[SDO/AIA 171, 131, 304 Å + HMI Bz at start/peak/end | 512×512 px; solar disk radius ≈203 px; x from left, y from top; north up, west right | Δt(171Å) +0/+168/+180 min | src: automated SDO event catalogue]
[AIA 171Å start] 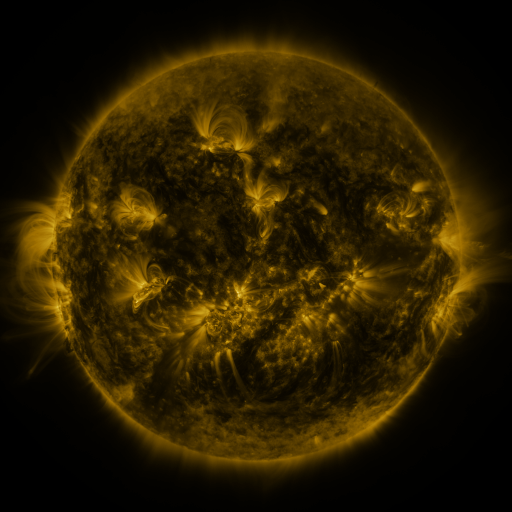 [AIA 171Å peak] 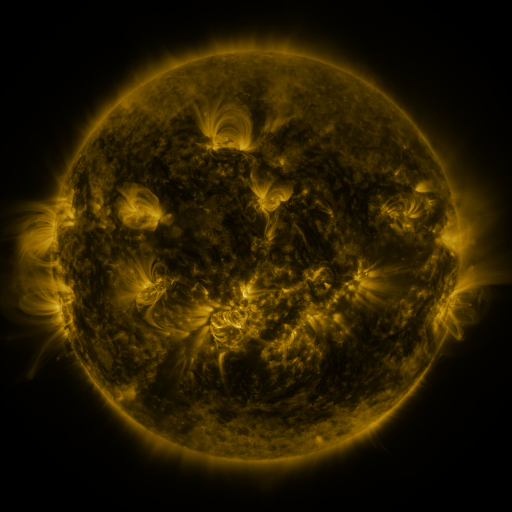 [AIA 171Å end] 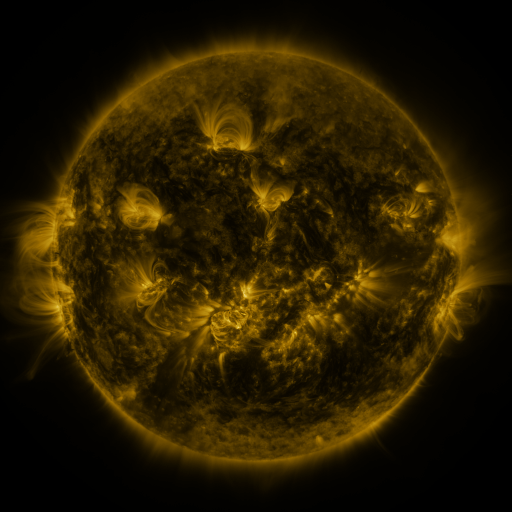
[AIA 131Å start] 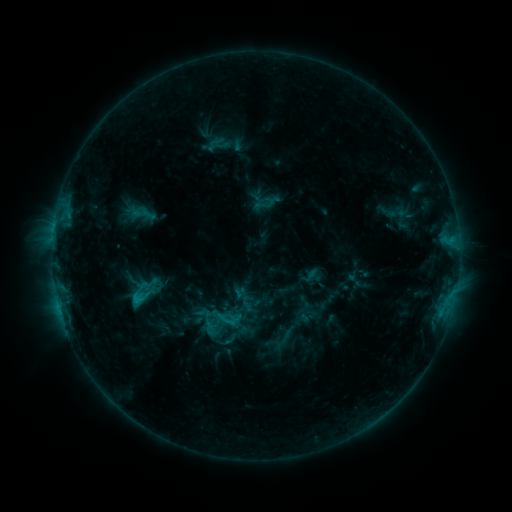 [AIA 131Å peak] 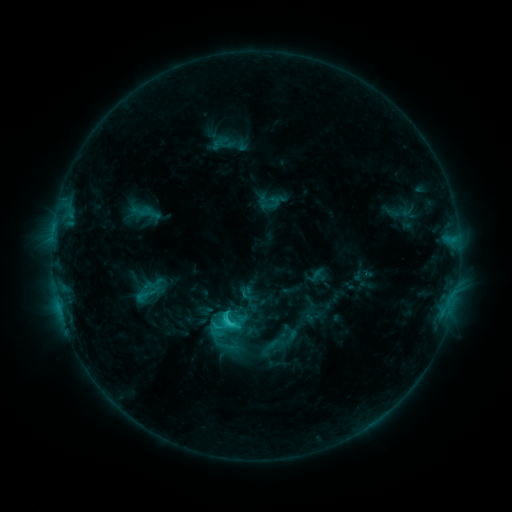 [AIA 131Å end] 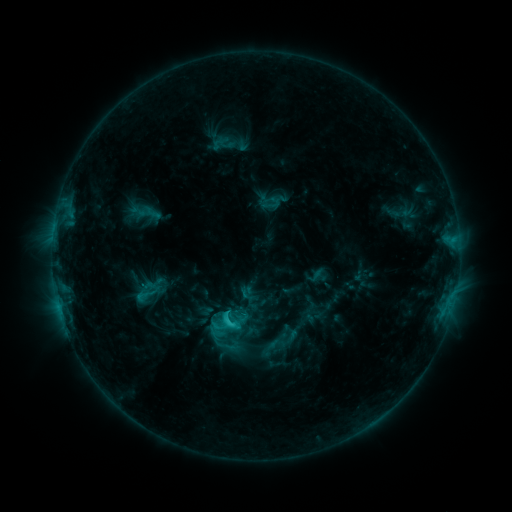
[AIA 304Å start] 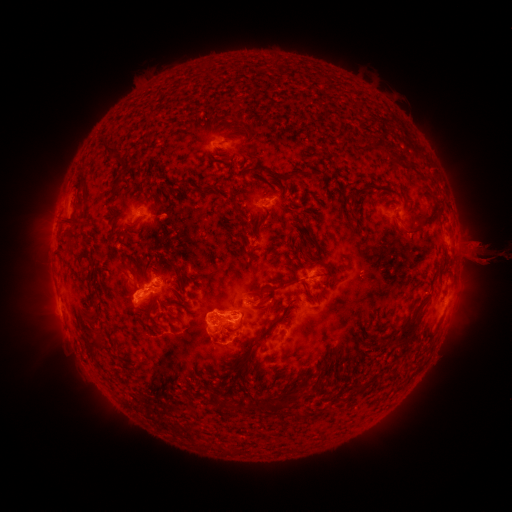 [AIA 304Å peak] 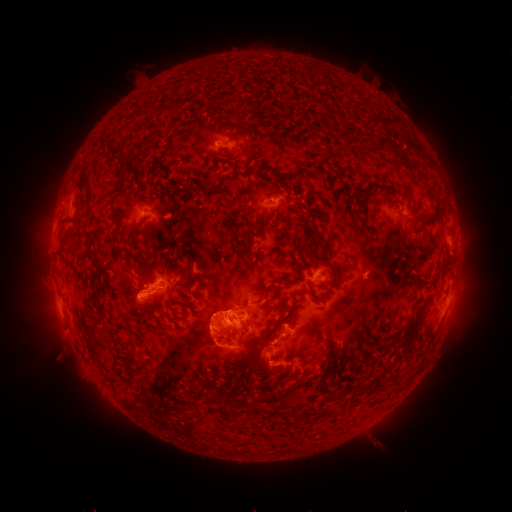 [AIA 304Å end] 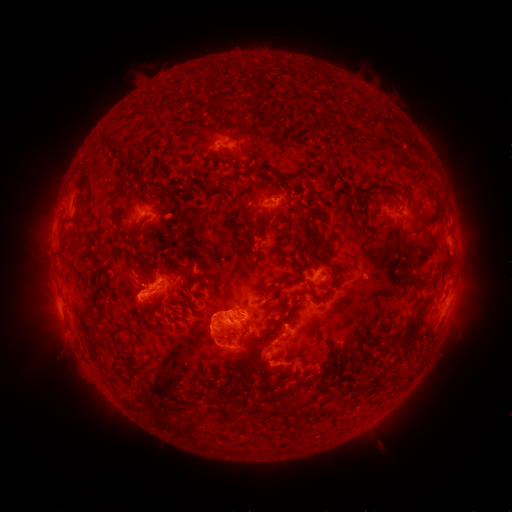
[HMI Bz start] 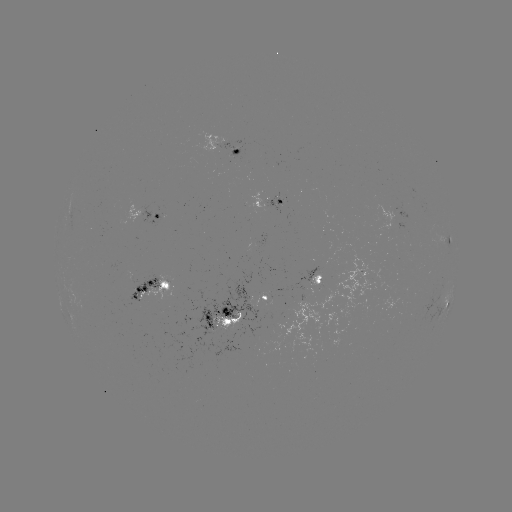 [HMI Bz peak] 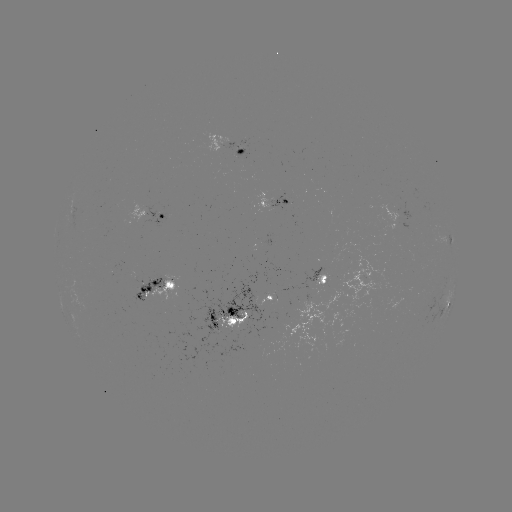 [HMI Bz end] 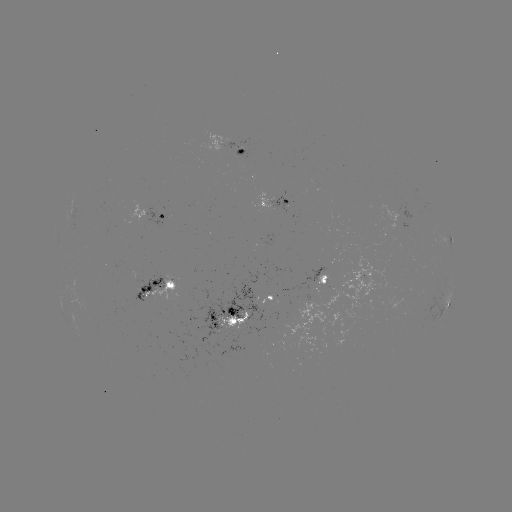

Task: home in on emerging-flux region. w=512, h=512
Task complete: [236, 328].